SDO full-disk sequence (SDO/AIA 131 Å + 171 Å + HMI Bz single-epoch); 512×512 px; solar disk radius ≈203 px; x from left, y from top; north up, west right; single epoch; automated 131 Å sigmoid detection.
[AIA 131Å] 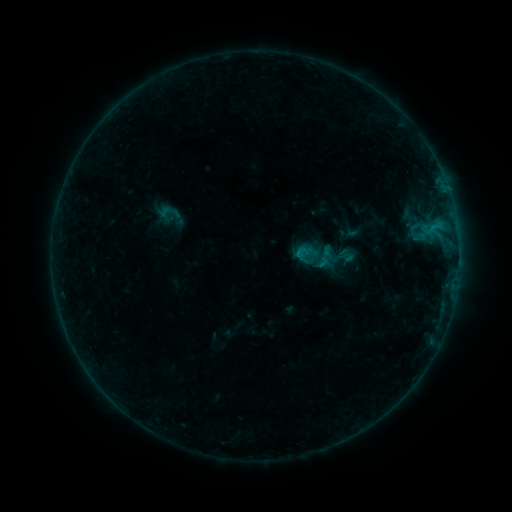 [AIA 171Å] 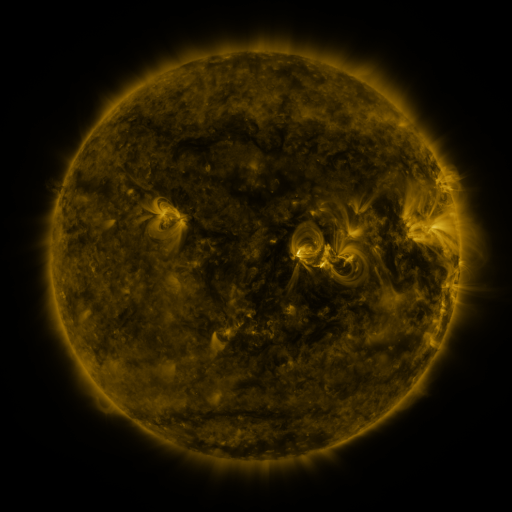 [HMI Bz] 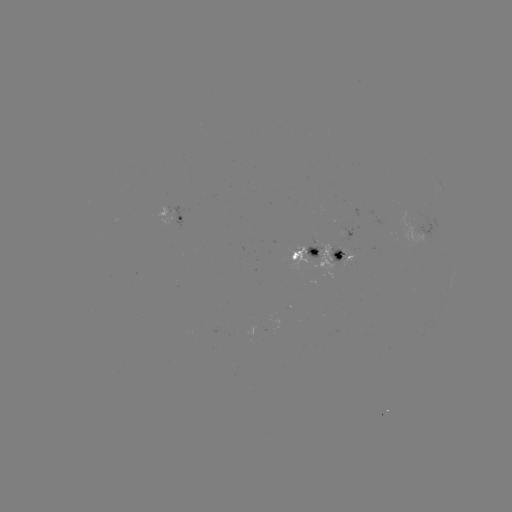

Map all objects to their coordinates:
sigmoid: (169, 212)
sigmoid: (304, 252)
